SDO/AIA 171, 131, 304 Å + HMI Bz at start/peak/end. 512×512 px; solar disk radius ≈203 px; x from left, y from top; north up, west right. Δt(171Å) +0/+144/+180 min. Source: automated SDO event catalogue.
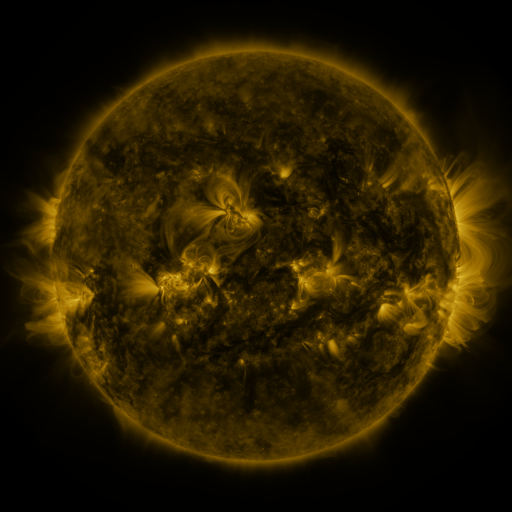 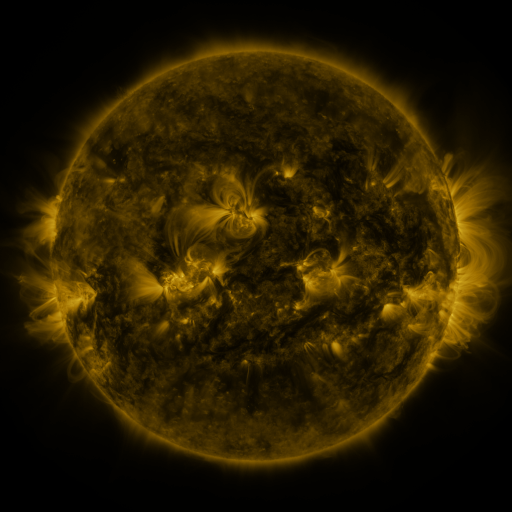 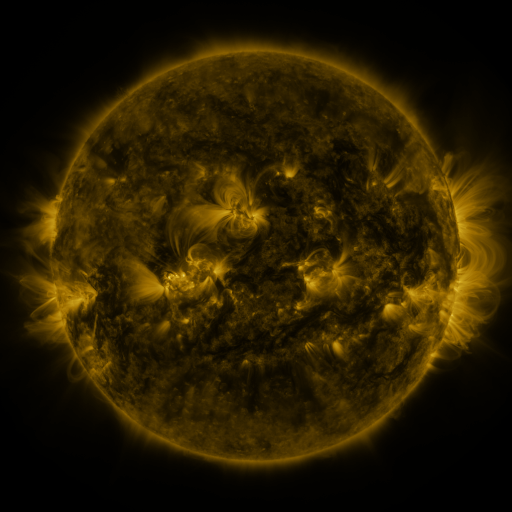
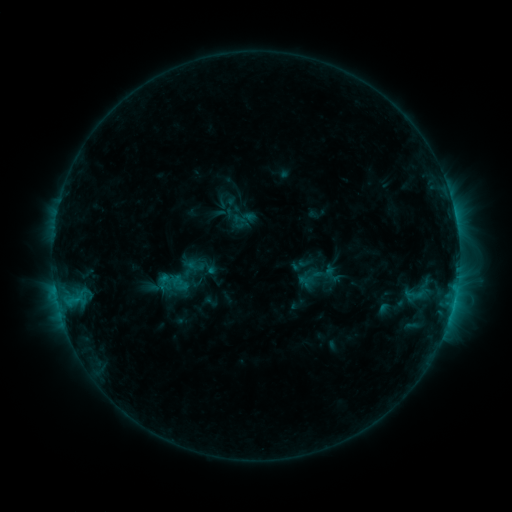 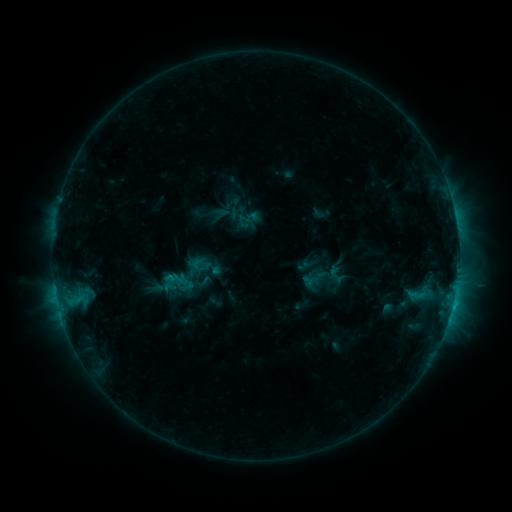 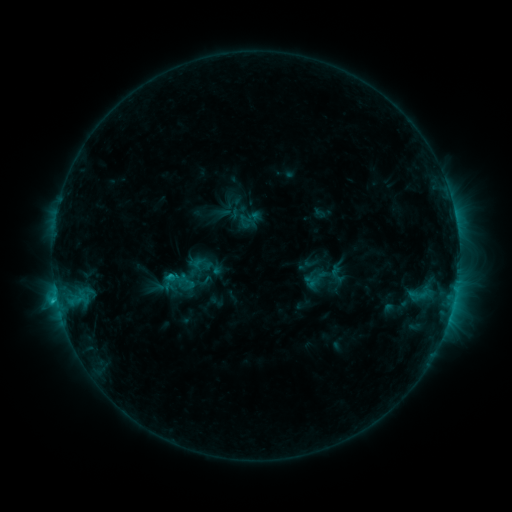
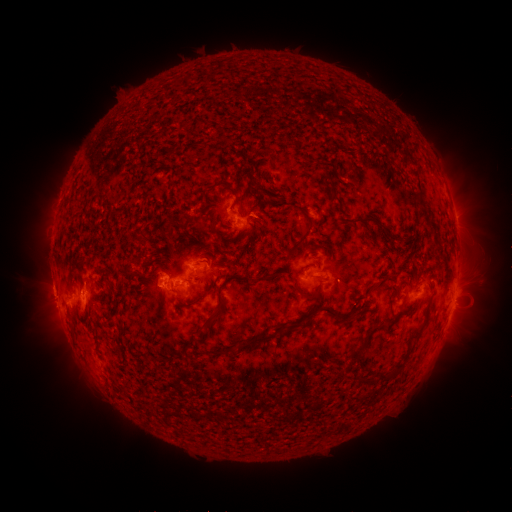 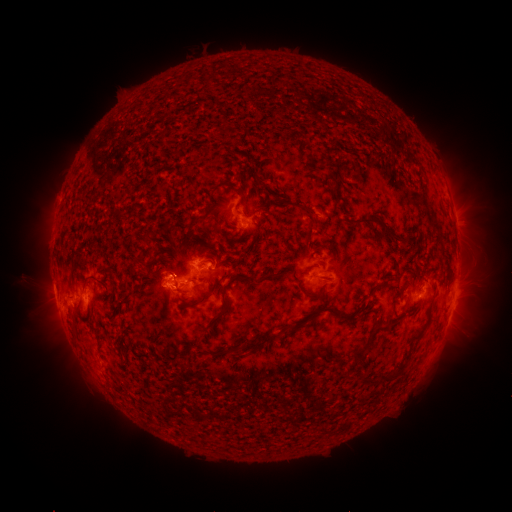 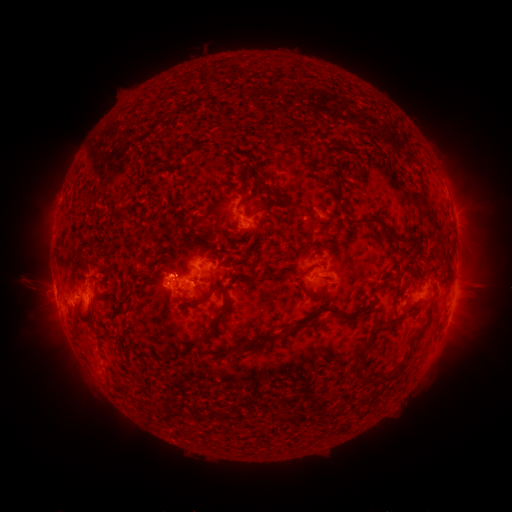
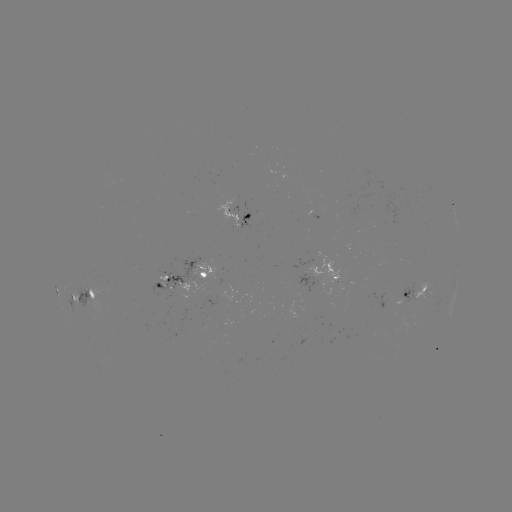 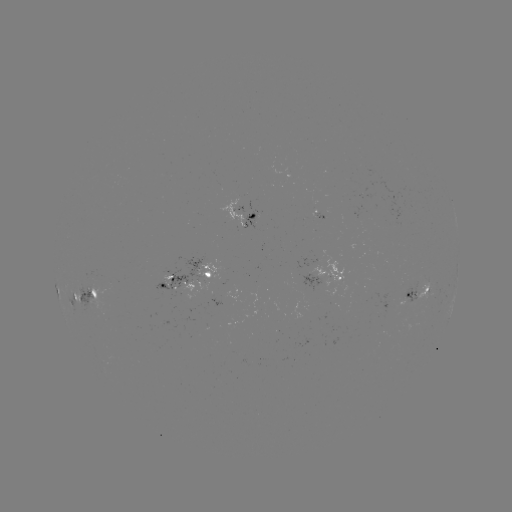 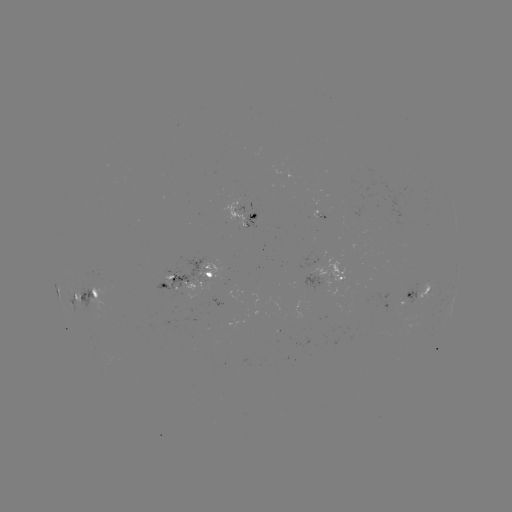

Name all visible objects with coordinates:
emerging-flux region: (412, 298)
